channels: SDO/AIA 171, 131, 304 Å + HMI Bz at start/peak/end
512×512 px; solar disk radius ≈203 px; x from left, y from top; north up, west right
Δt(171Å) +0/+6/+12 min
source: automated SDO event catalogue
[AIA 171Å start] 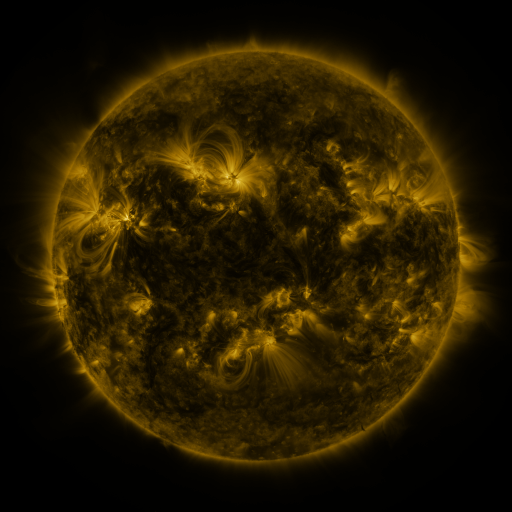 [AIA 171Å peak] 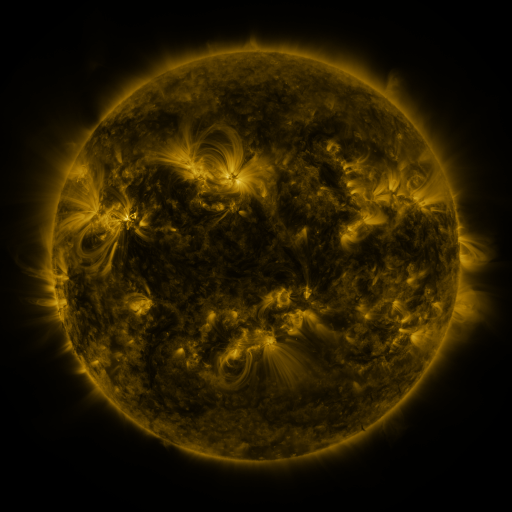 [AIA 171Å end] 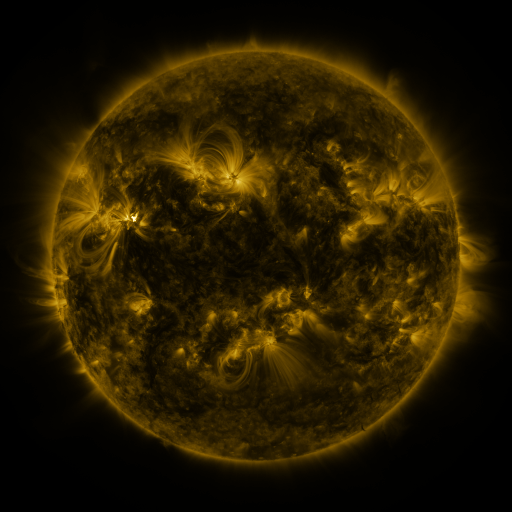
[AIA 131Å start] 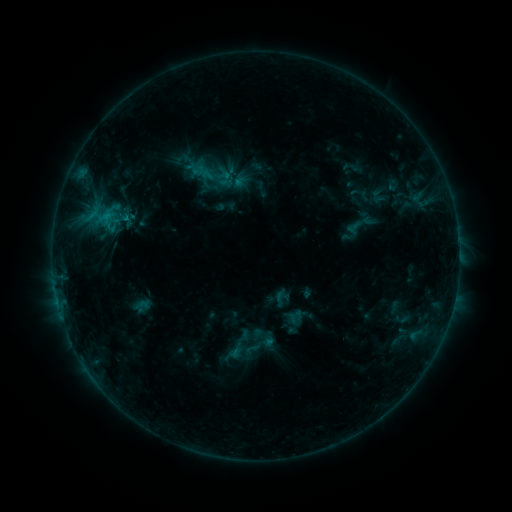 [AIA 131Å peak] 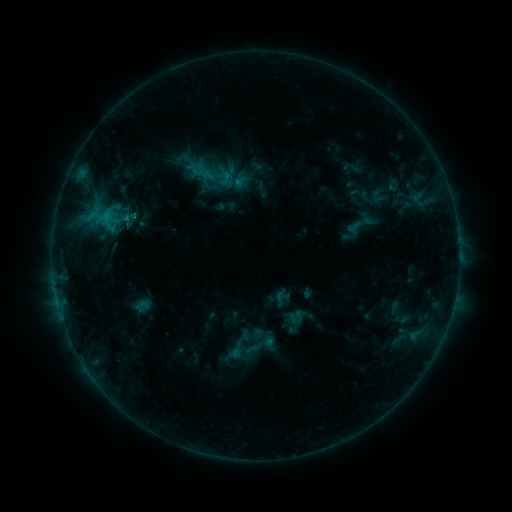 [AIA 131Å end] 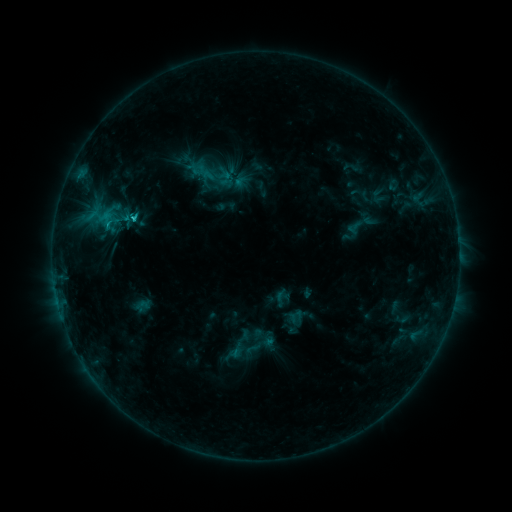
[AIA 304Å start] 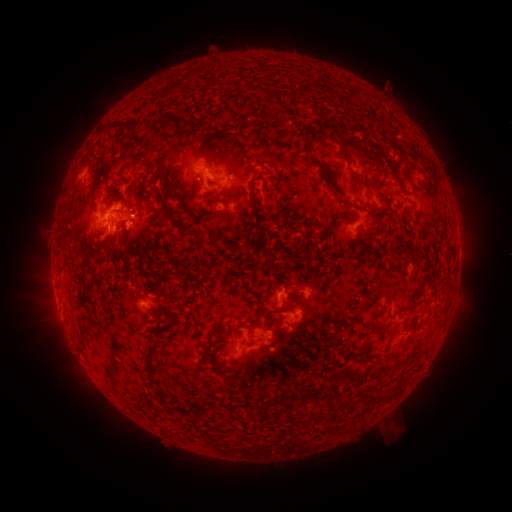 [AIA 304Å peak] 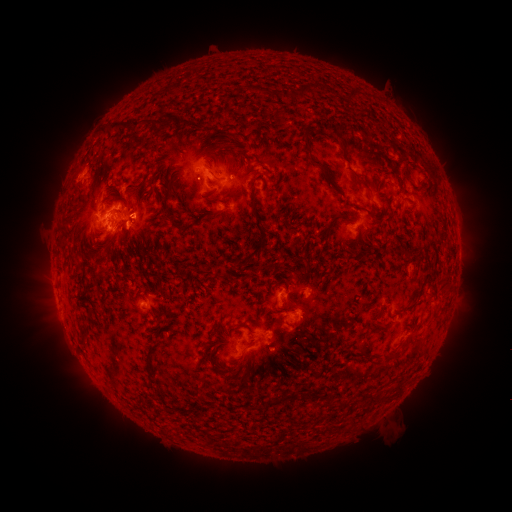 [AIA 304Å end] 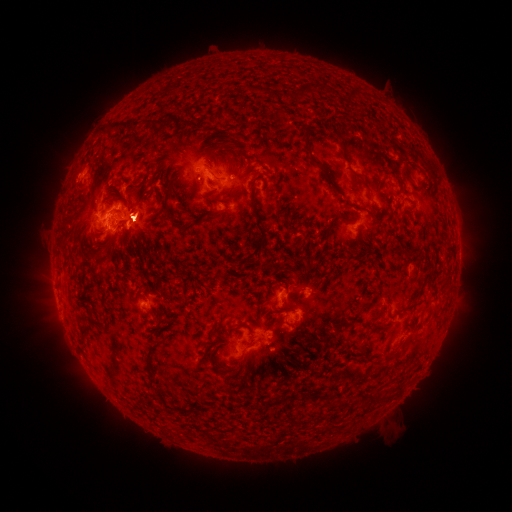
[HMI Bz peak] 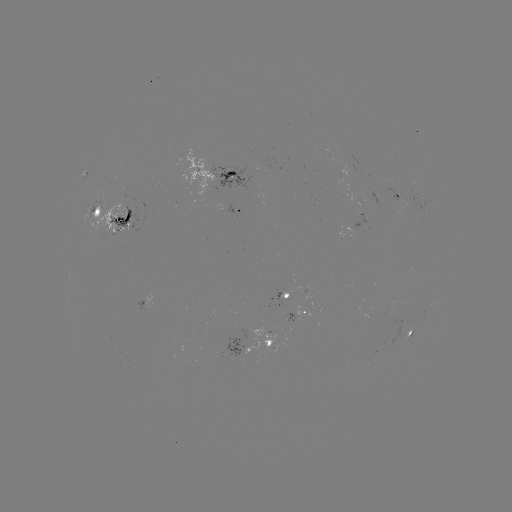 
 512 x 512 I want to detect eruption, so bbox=[122, 191, 165, 237].